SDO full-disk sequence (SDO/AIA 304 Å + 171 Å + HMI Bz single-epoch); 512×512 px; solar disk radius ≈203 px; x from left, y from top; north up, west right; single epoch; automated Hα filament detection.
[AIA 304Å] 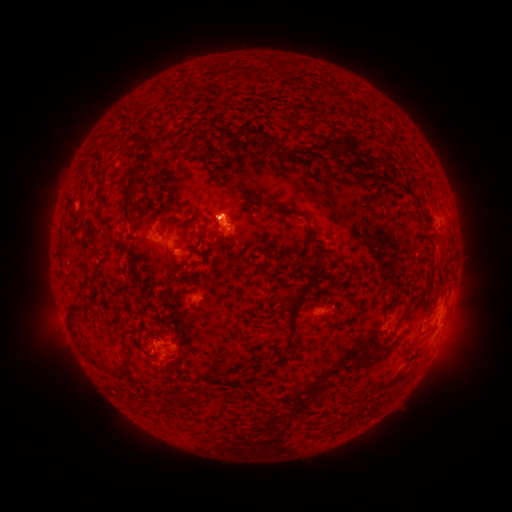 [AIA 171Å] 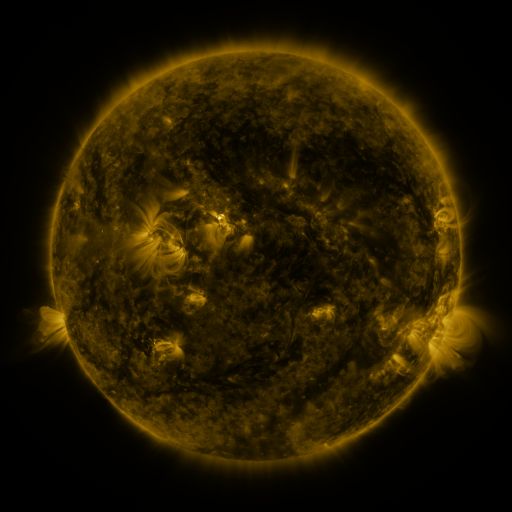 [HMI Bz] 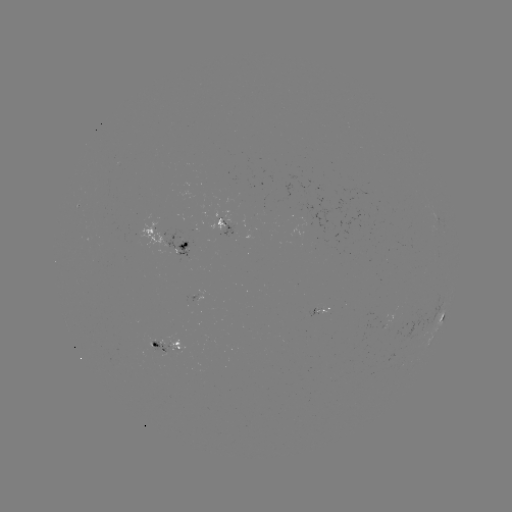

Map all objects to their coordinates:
filament: (243, 103)
filament: (325, 144)
filament: (371, 158)
filament: (364, 179)
filament: (232, 186)
filament: (246, 194)
filament: (127, 195)
filament: (323, 195)
filament: (145, 206)
filament: (277, 211)
filament: (191, 221)
filament: (235, 234)
filament: (314, 235)
filament: (184, 243)
filament: (267, 252)
filament: (169, 253)
filament: (320, 253)
filament: (130, 268)
filament: (179, 268)
filament: (392, 296)
filament: (406, 308)
filament: (72, 317)
filament: (293, 317)
filament: (315, 324)
filament: (129, 355)
filament: (96, 364)
filament: (183, 397)
filament: (376, 403)
